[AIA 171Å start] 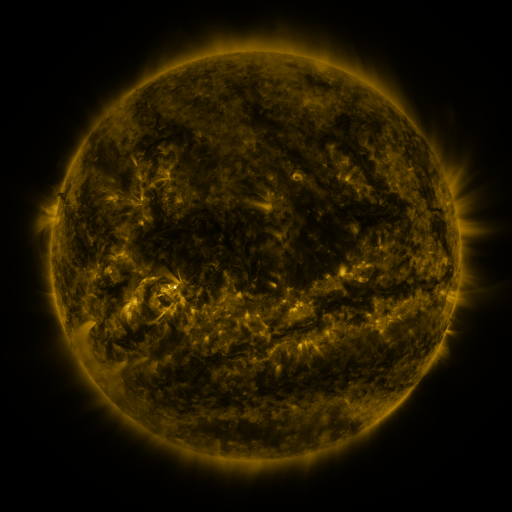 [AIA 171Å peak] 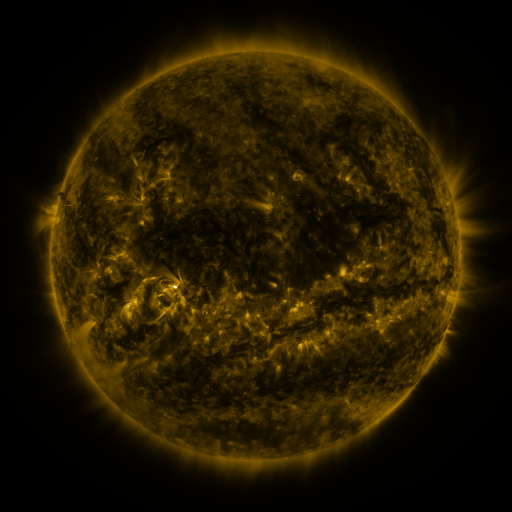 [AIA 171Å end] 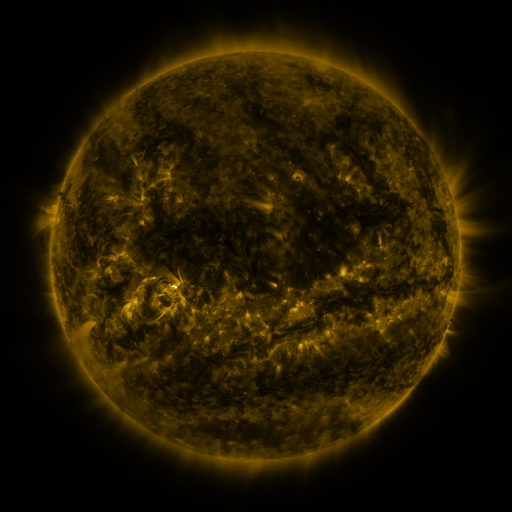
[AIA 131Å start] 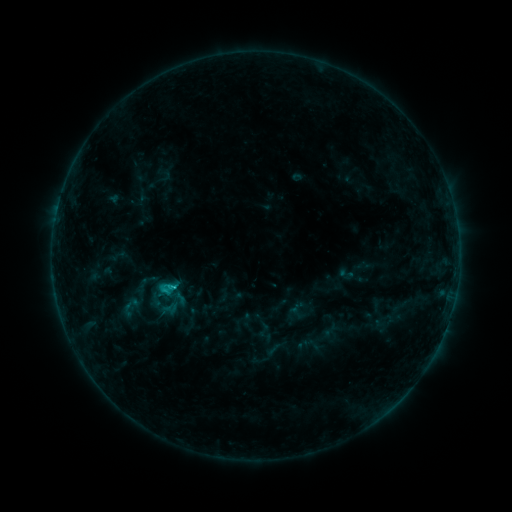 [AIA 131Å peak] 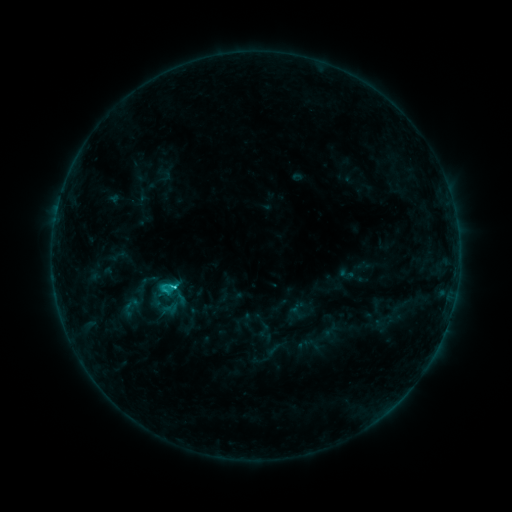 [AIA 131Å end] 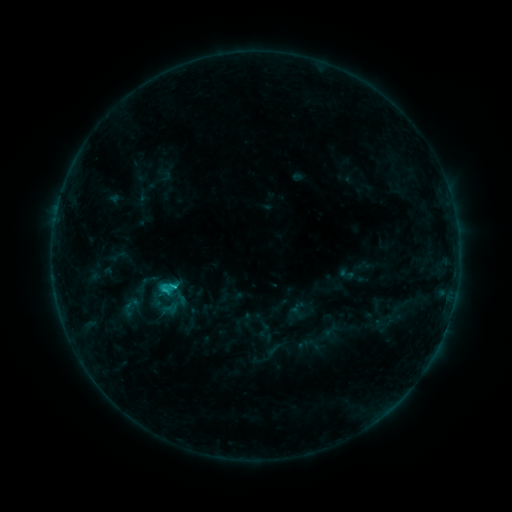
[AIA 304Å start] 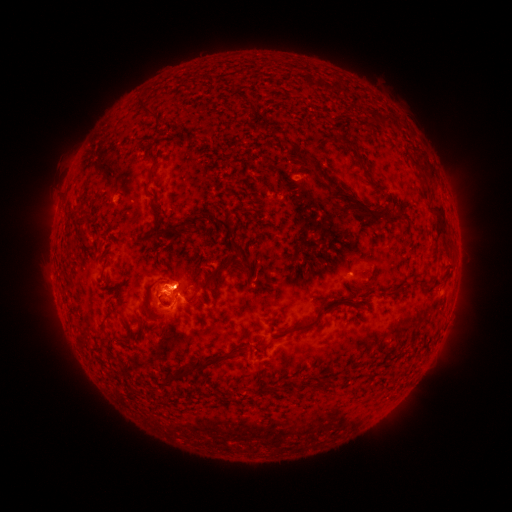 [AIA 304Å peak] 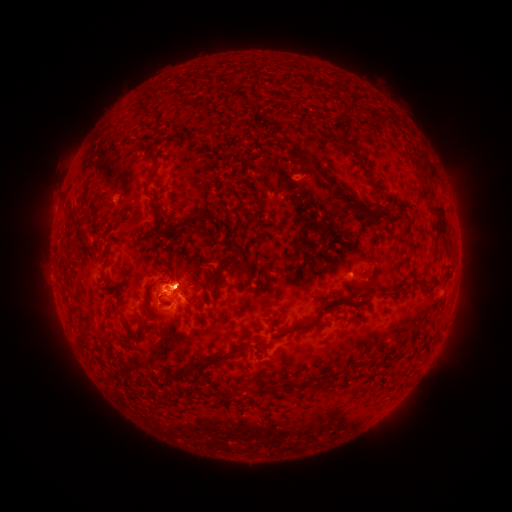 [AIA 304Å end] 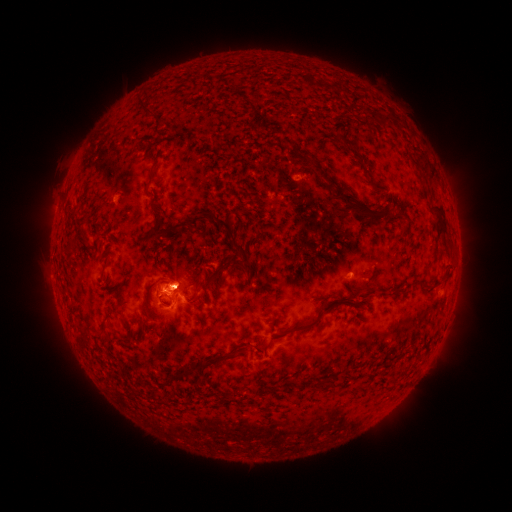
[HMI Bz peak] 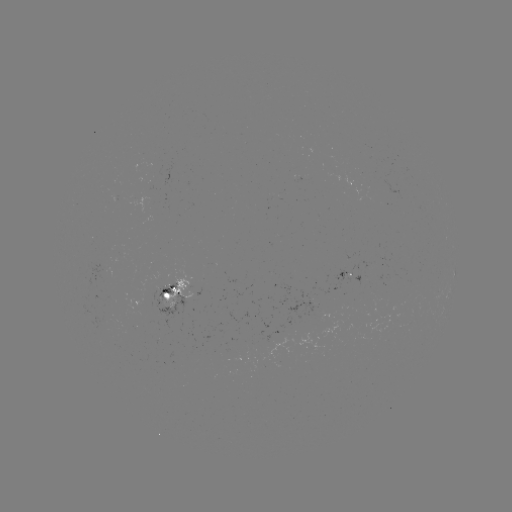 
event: flare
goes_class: C1.3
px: (175, 285)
